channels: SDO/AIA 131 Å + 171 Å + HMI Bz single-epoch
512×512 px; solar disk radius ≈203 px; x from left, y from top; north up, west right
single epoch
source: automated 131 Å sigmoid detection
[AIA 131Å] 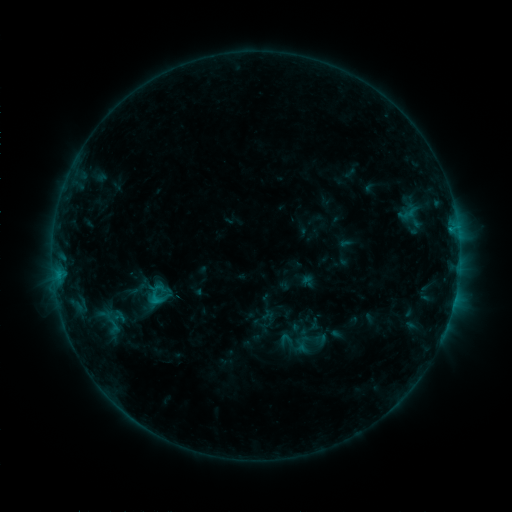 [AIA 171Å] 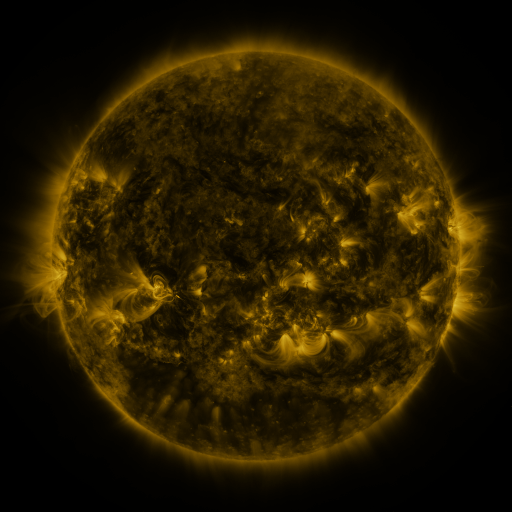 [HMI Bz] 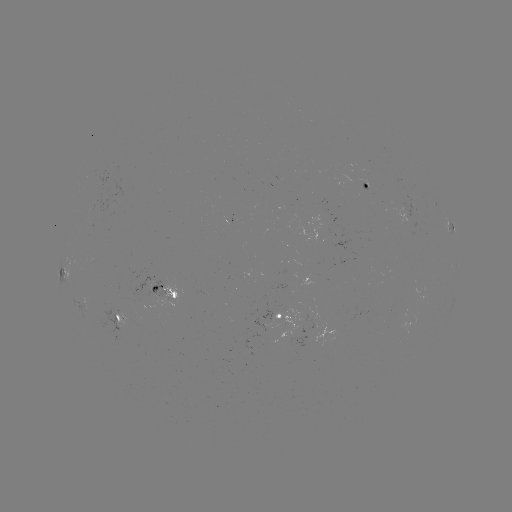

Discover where sigmoid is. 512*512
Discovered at (107, 322).